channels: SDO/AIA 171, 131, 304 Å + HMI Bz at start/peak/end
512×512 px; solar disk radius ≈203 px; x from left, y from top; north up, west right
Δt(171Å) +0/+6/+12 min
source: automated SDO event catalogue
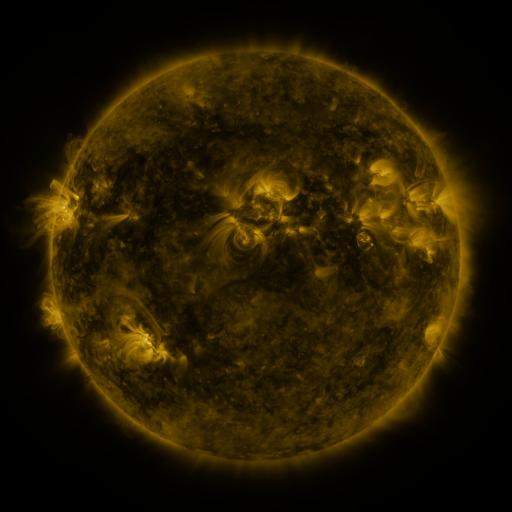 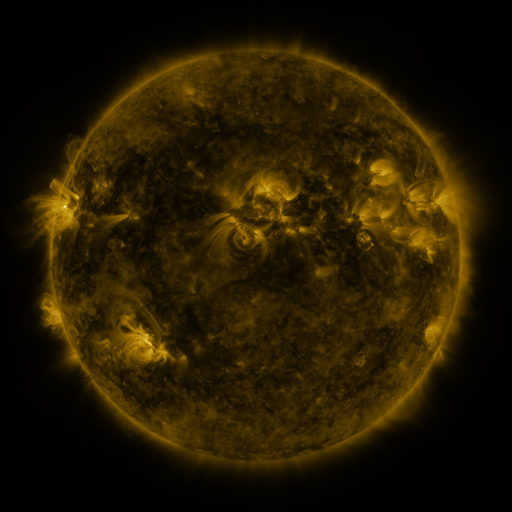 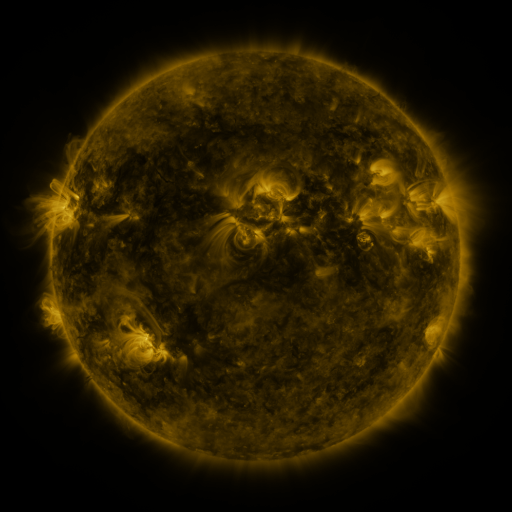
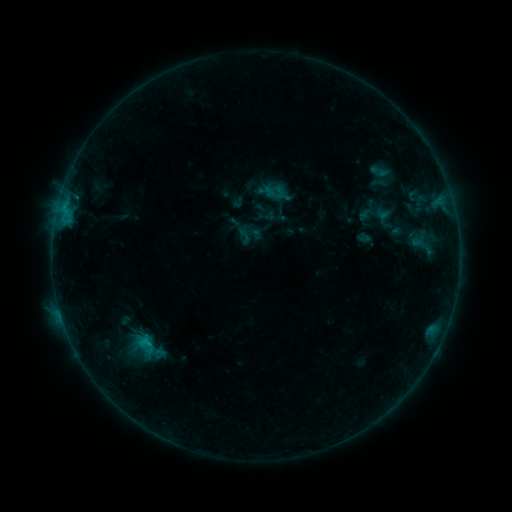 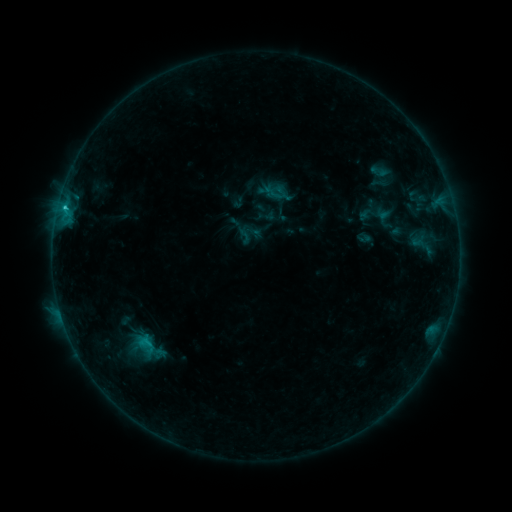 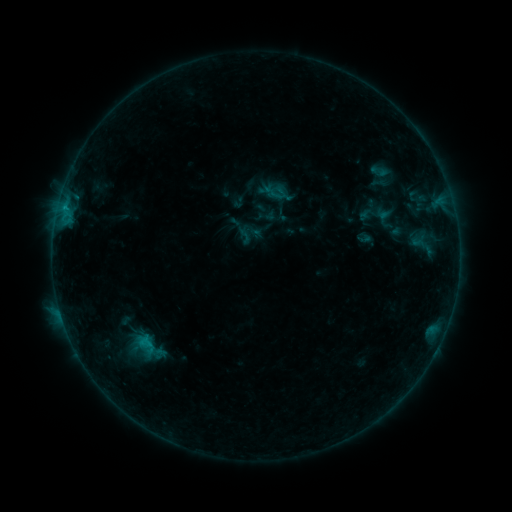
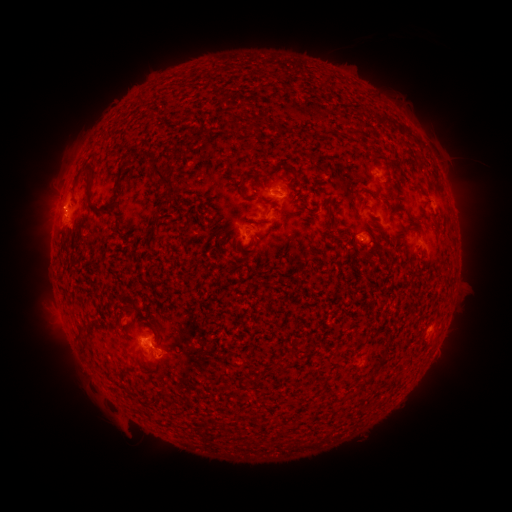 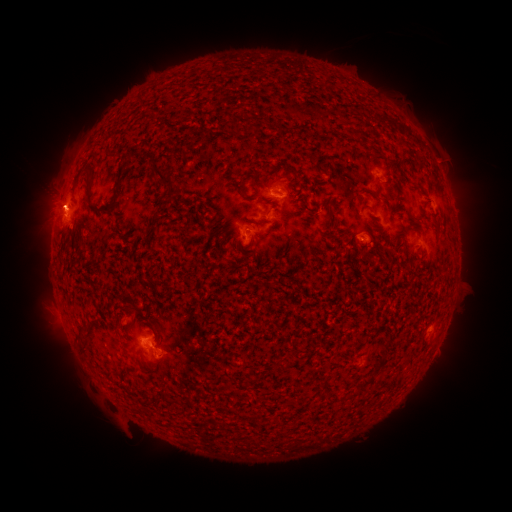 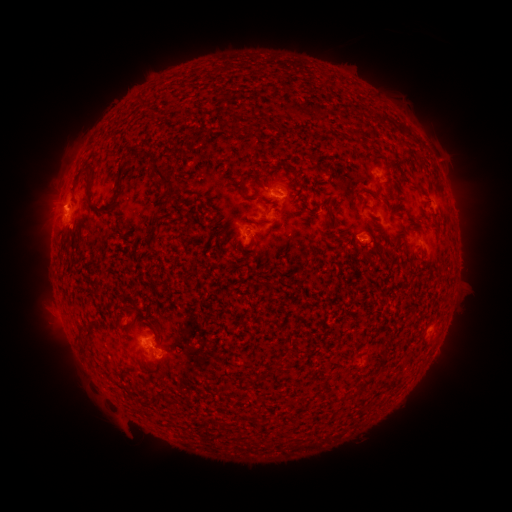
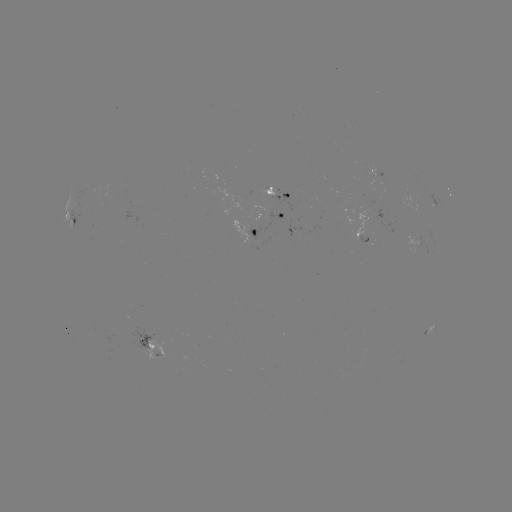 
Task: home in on eruption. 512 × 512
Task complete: (55, 200).